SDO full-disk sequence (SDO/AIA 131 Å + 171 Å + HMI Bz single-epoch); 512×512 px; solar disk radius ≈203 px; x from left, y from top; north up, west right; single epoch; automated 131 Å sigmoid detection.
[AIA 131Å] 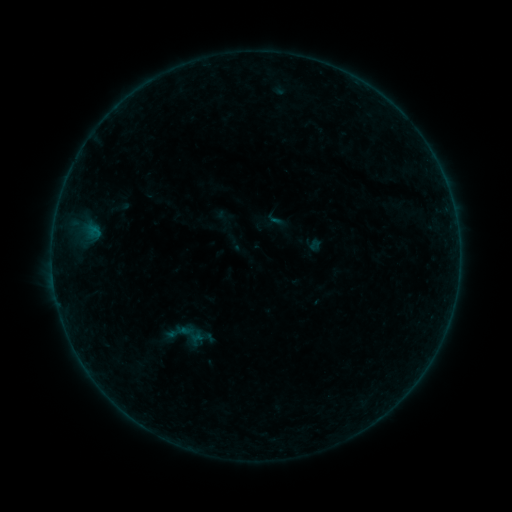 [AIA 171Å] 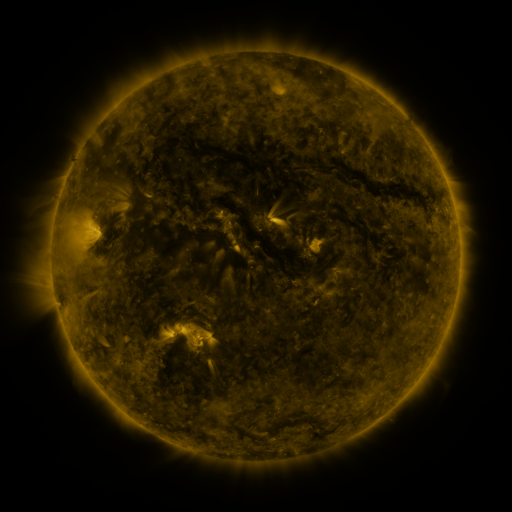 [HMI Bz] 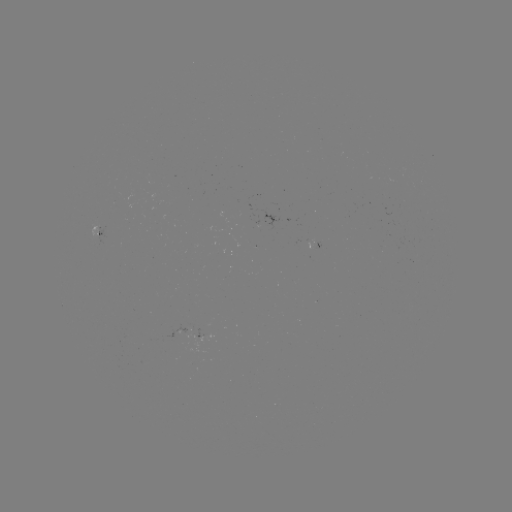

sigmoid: [173, 319, 208, 349]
